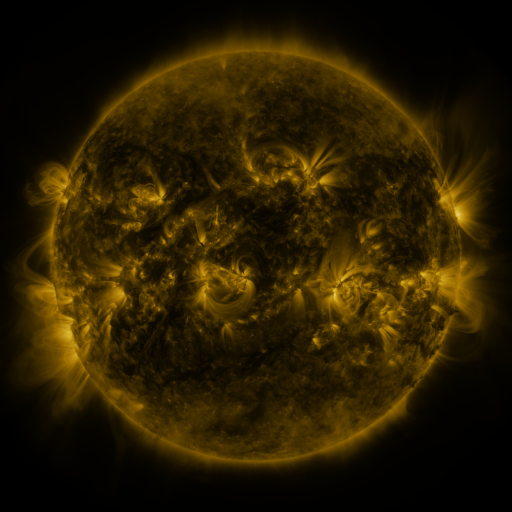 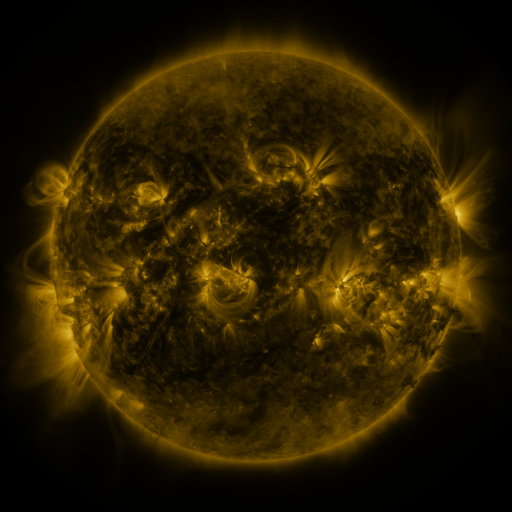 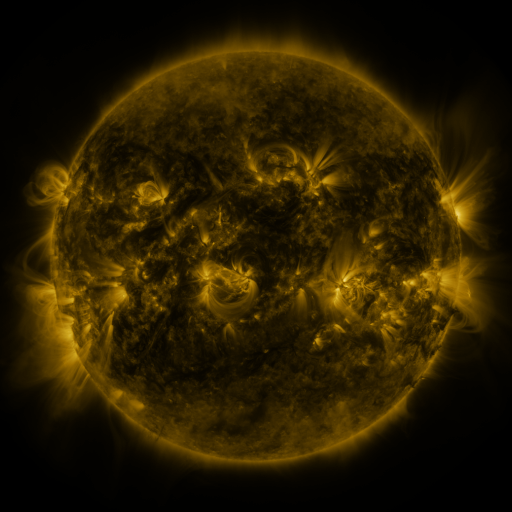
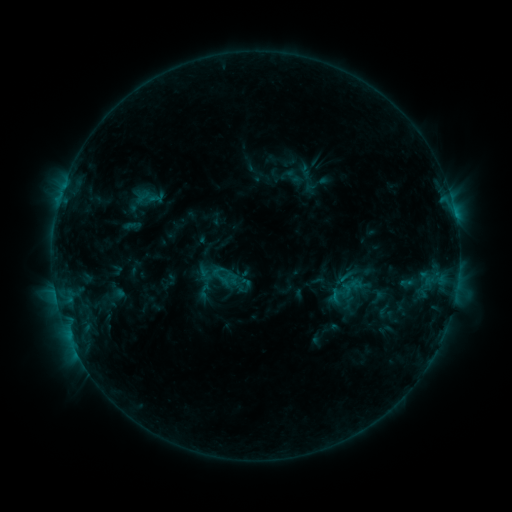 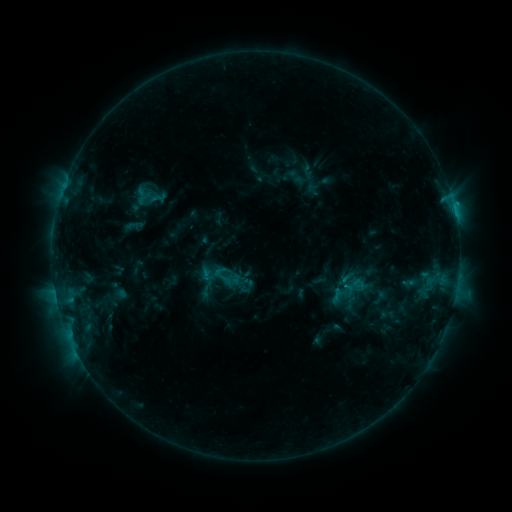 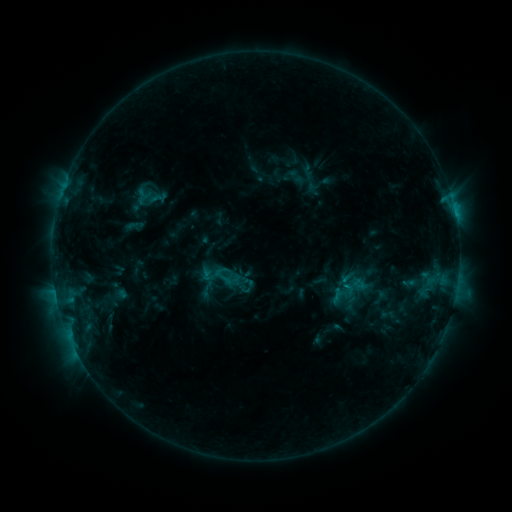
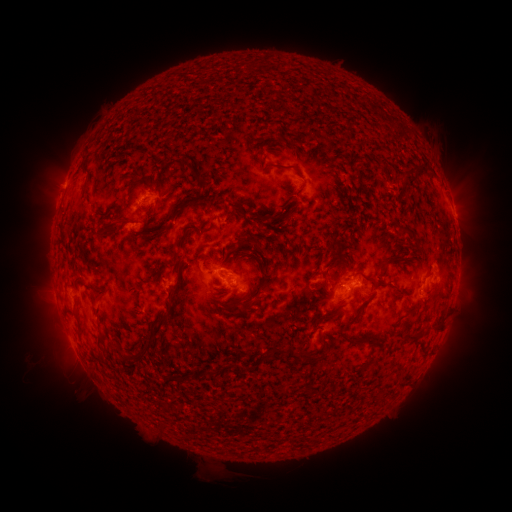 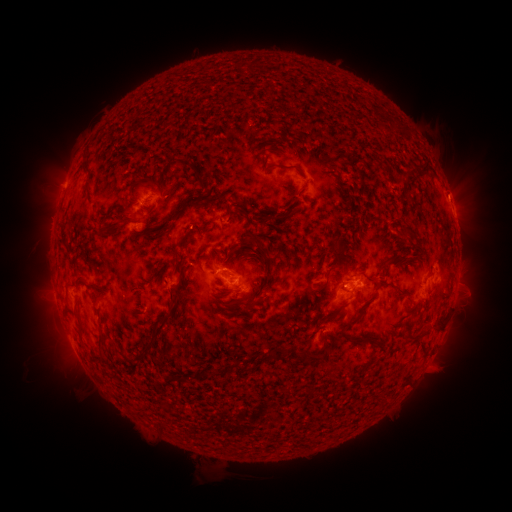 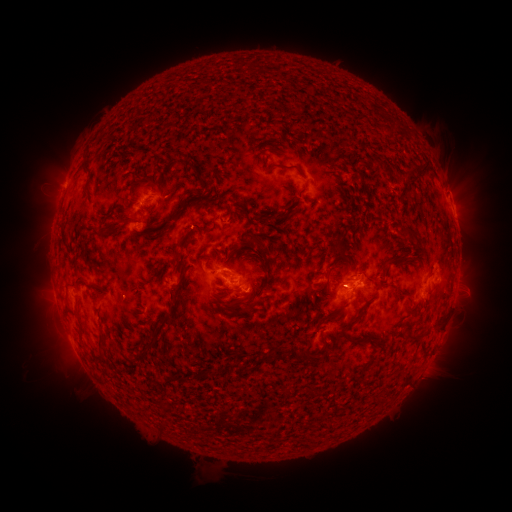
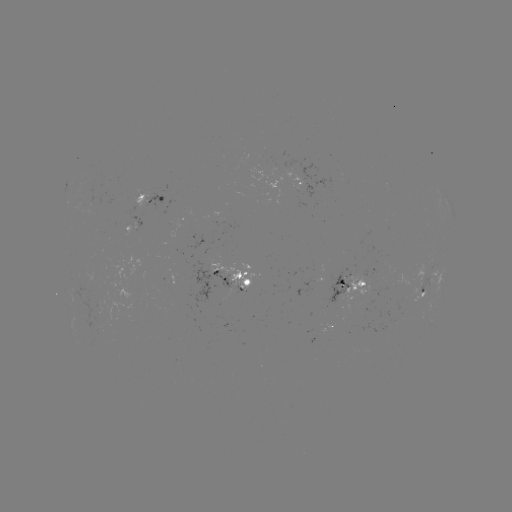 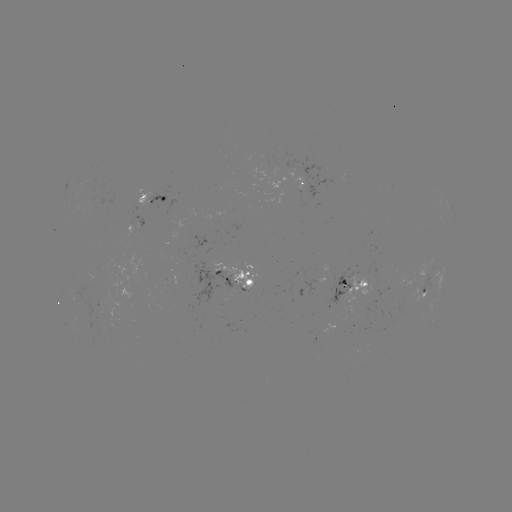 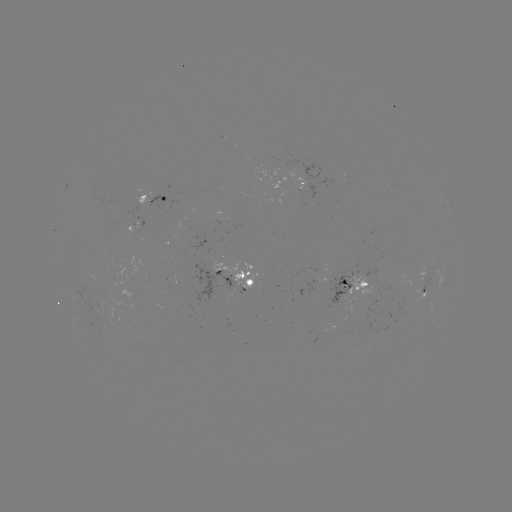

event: emerging-flux region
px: (229, 222)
